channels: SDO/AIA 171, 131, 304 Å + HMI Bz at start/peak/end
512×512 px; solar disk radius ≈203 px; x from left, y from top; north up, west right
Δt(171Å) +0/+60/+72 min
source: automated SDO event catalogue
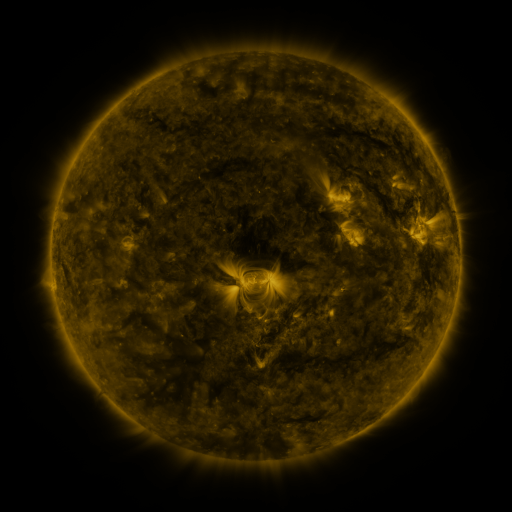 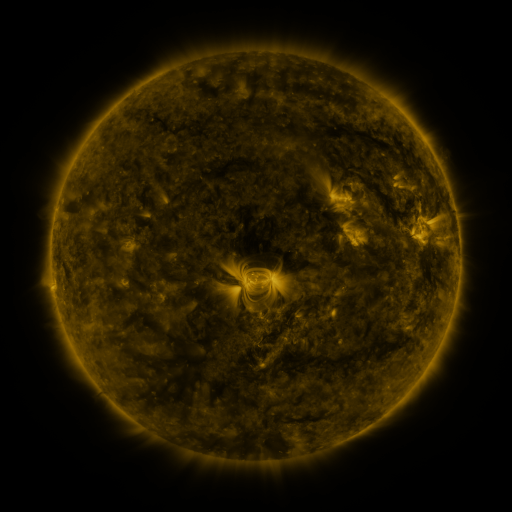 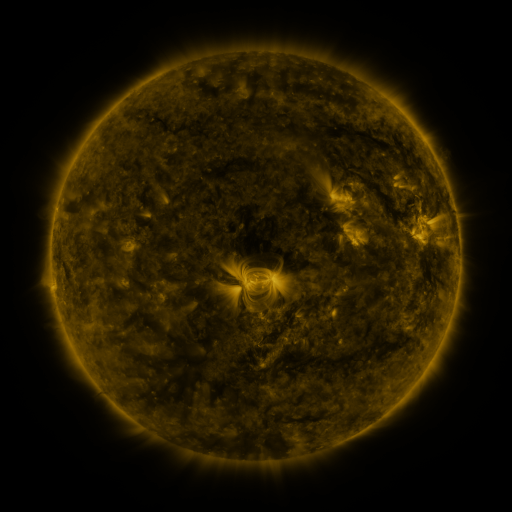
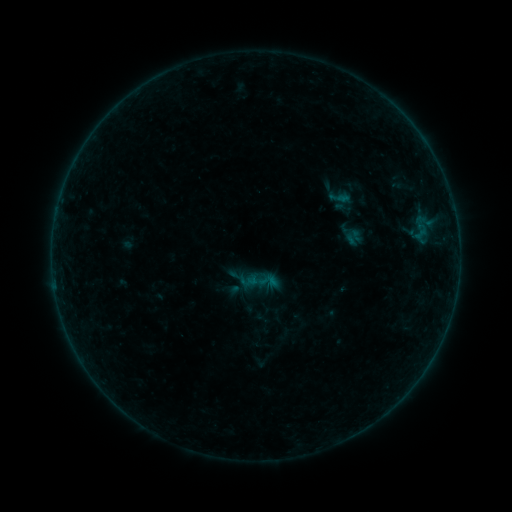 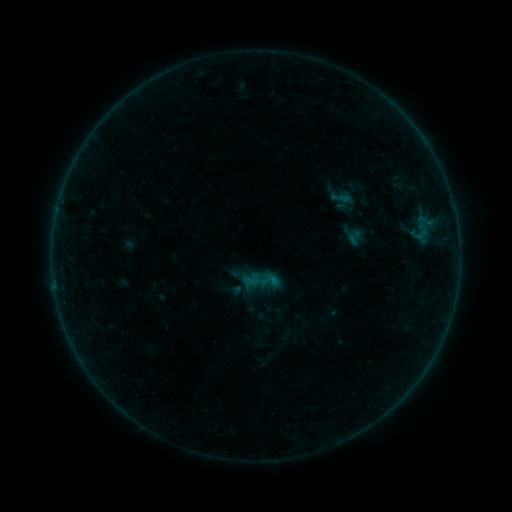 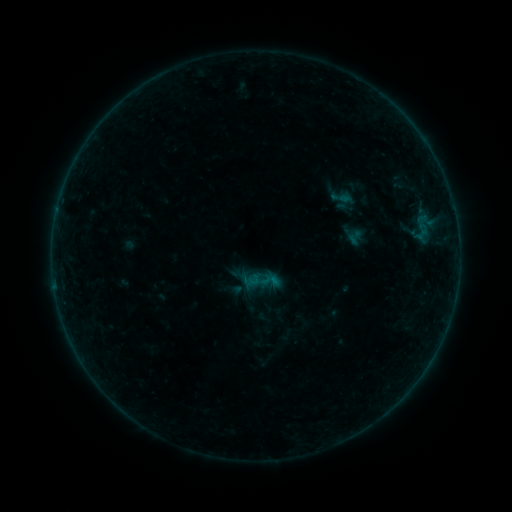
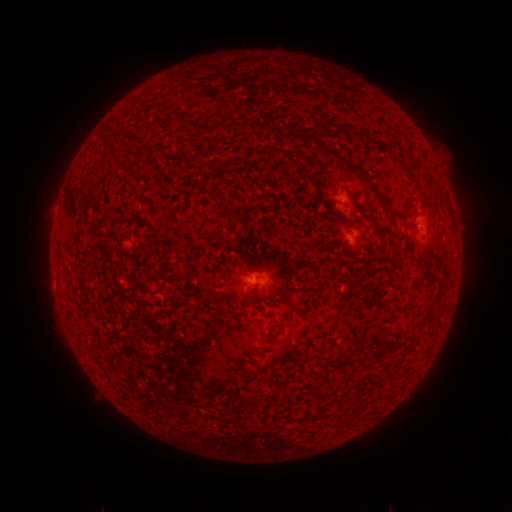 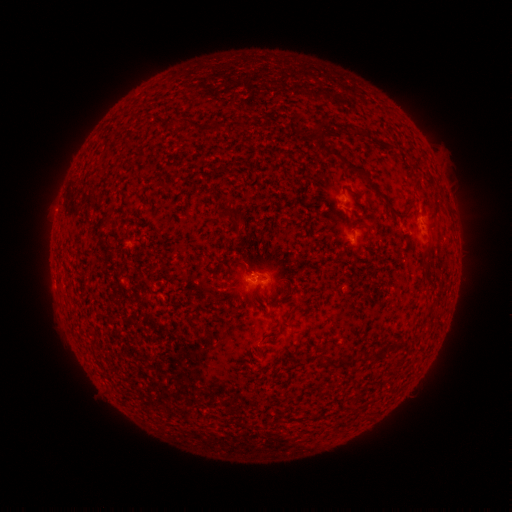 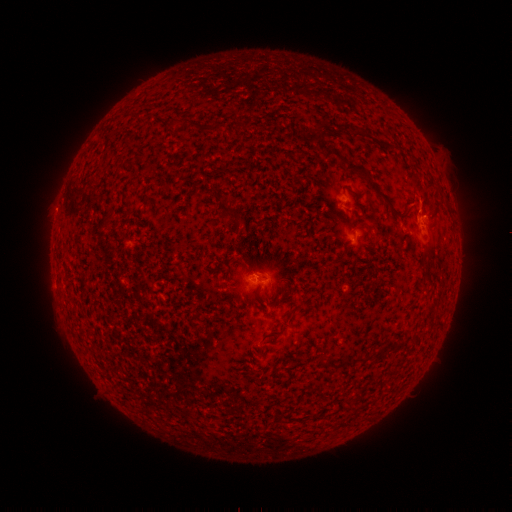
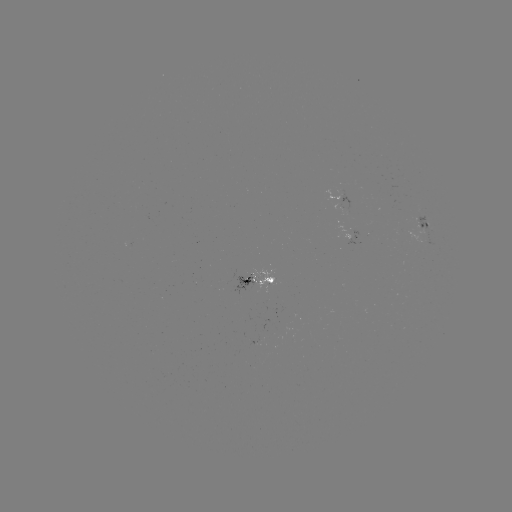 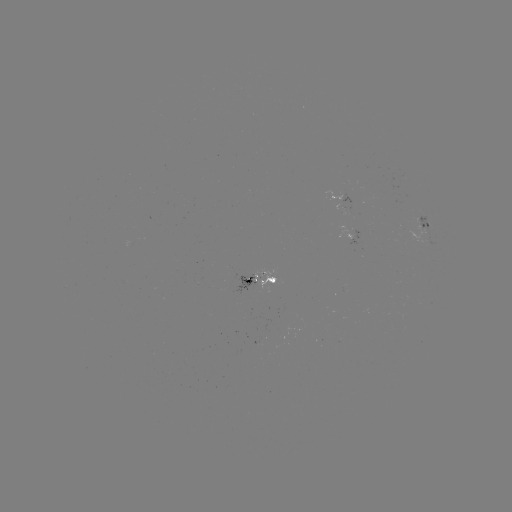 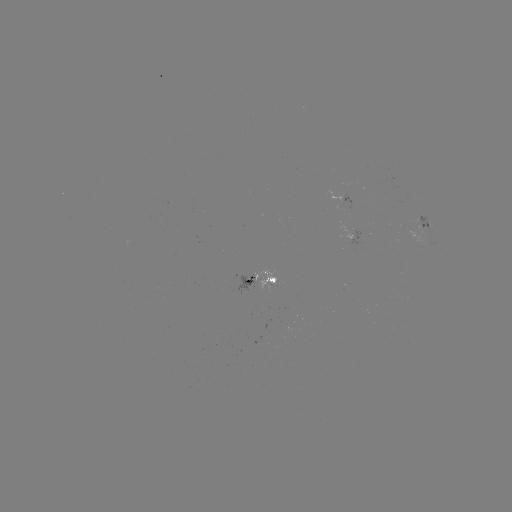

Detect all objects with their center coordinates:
emerging-flux region: (247, 281)
